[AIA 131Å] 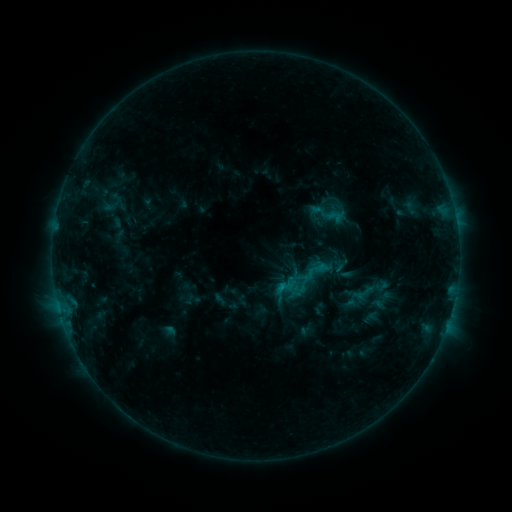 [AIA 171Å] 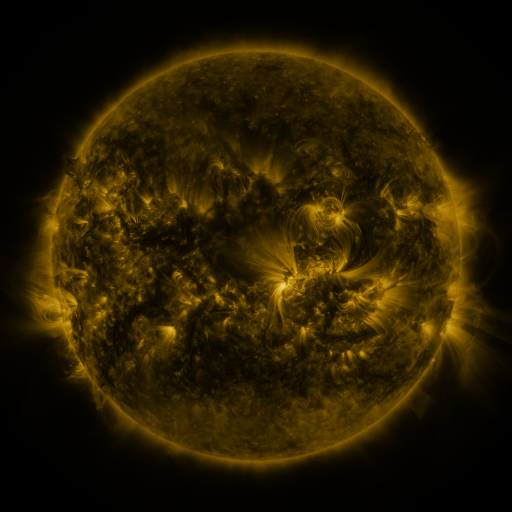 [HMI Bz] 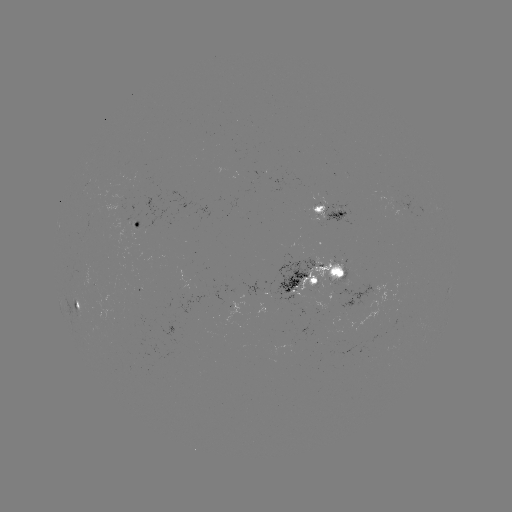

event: sigmoid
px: (334, 216)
